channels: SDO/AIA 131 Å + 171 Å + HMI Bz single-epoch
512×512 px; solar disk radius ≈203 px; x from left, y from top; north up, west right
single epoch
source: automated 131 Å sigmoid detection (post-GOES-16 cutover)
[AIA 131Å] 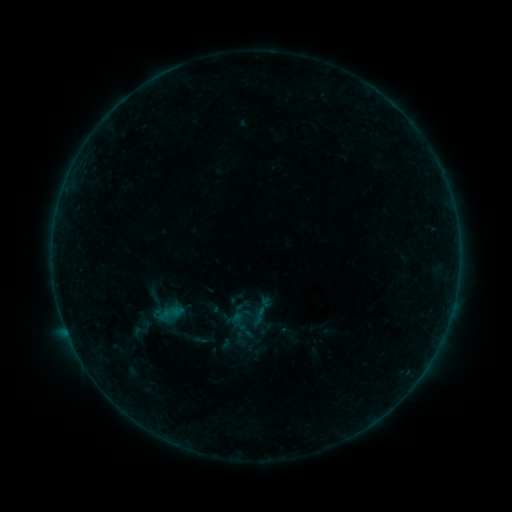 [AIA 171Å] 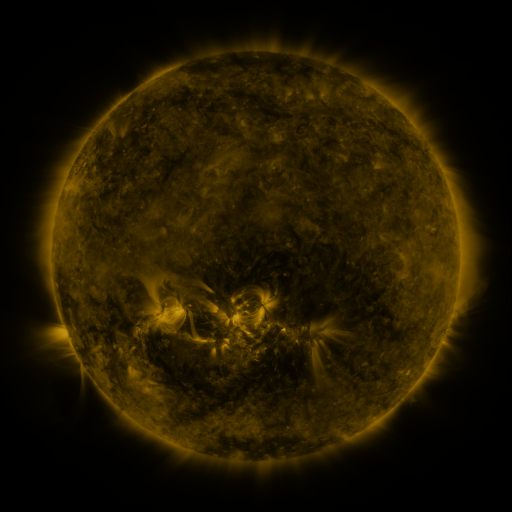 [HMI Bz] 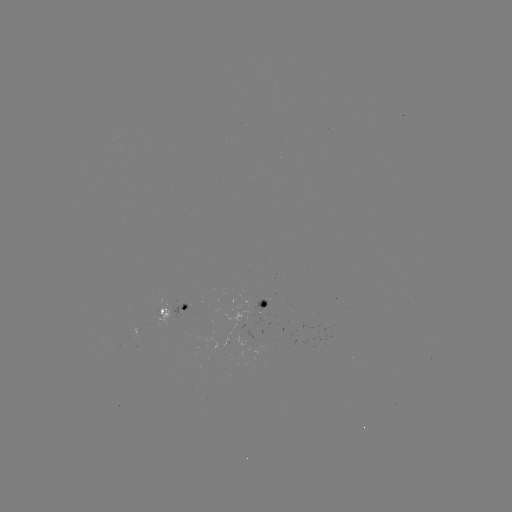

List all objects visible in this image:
sigmoid: (227, 289, 246, 307)
sigmoid: (248, 306, 270, 328)
sigmoid: (188, 329, 217, 351)
